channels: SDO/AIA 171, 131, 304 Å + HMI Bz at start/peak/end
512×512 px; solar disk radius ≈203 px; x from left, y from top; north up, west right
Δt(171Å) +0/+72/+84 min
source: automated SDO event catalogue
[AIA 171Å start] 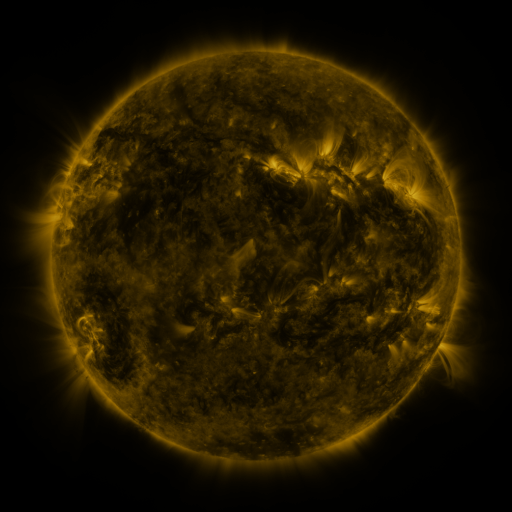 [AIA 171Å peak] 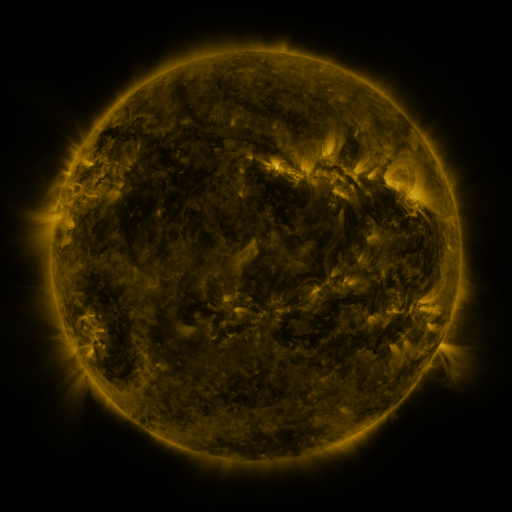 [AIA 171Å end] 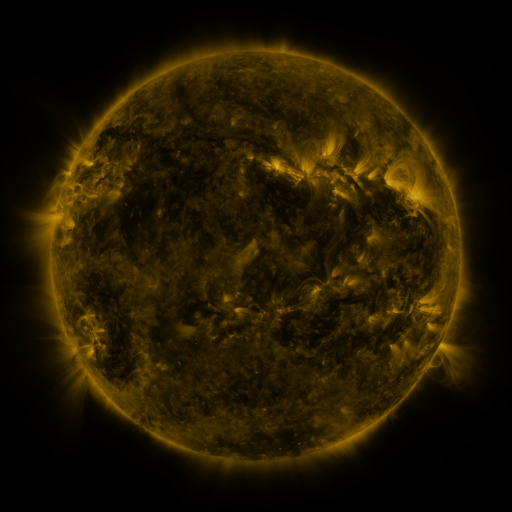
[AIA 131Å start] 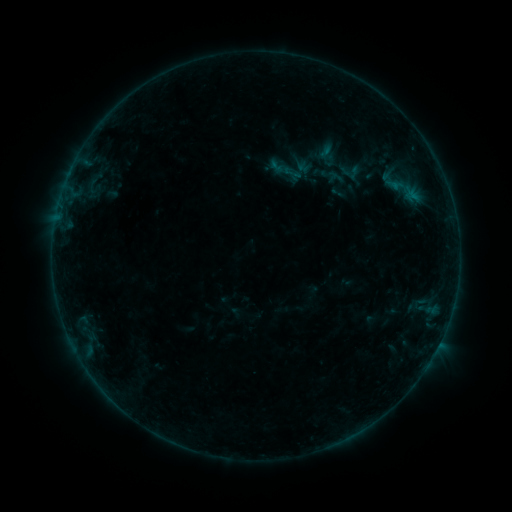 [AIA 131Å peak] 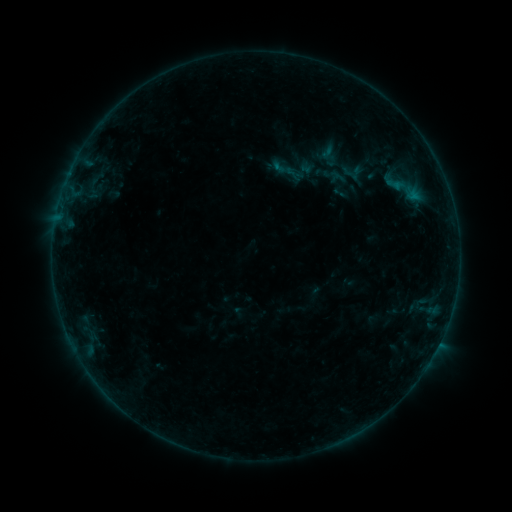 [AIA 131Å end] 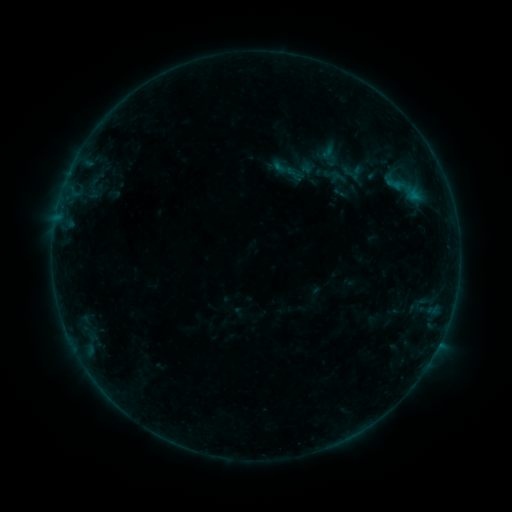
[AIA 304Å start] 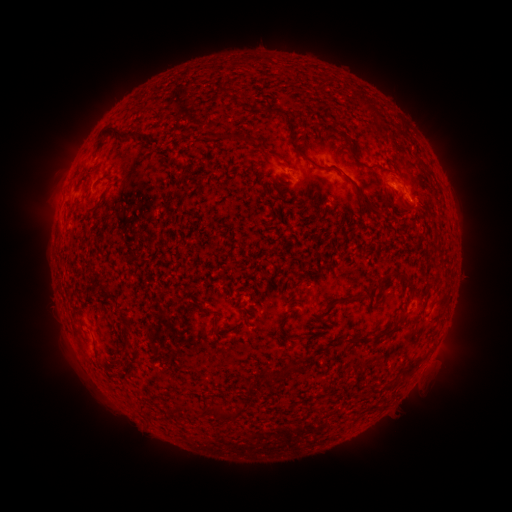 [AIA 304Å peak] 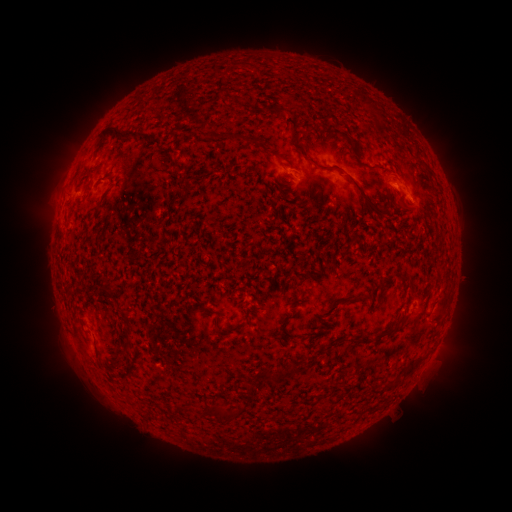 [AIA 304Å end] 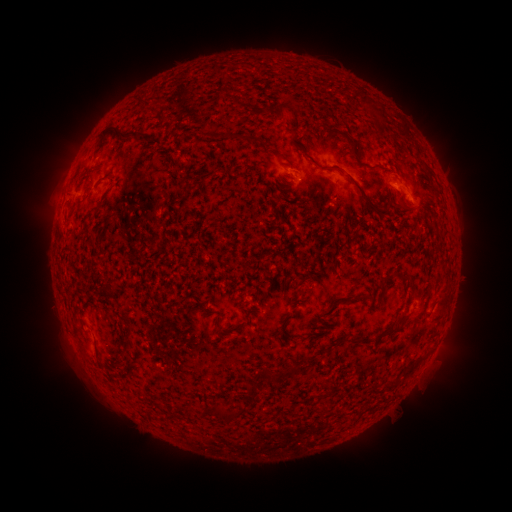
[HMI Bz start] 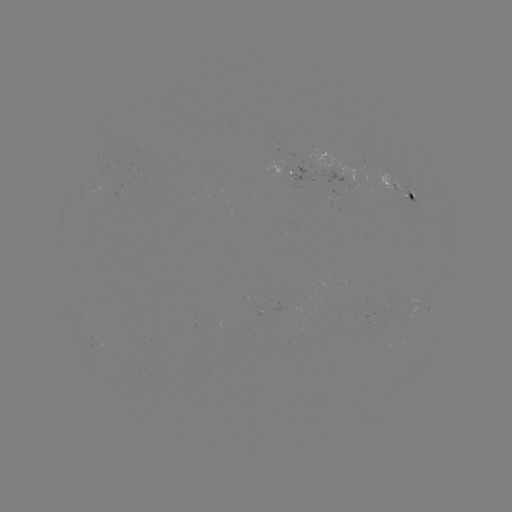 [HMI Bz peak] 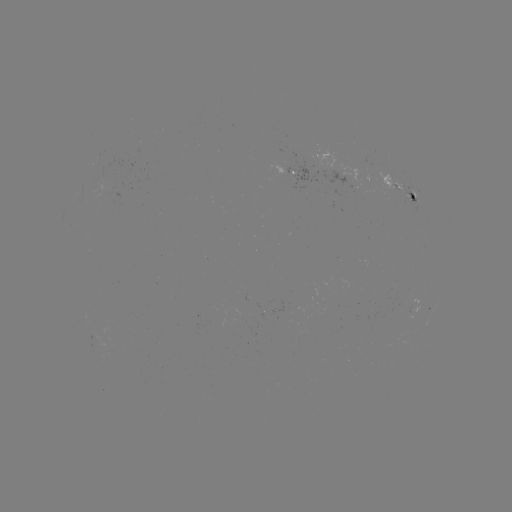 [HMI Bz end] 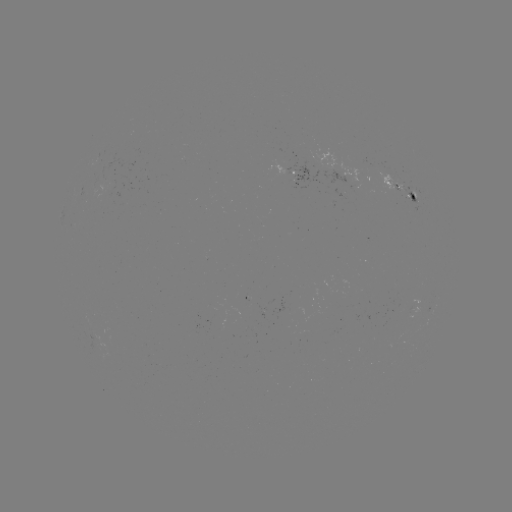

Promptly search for emerging-flux region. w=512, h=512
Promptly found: (410, 196).